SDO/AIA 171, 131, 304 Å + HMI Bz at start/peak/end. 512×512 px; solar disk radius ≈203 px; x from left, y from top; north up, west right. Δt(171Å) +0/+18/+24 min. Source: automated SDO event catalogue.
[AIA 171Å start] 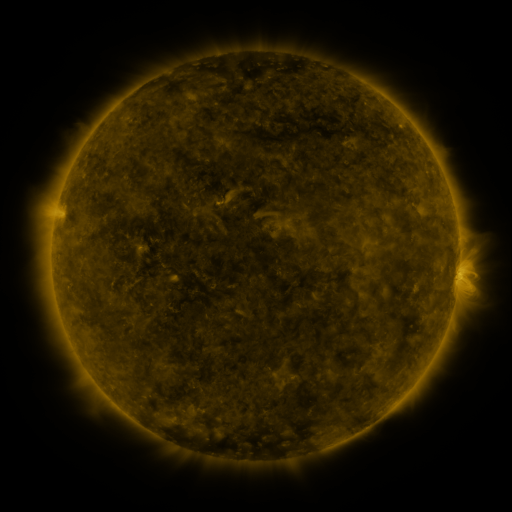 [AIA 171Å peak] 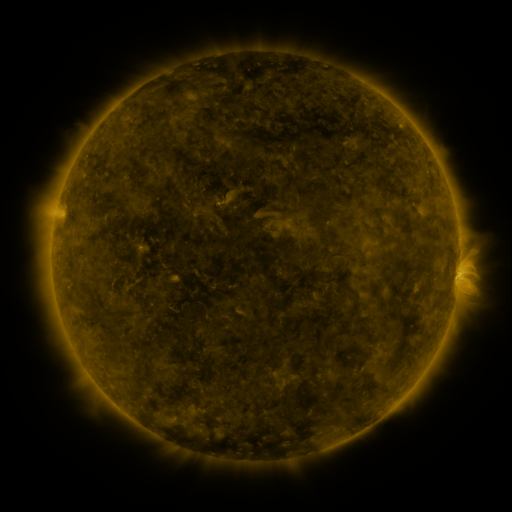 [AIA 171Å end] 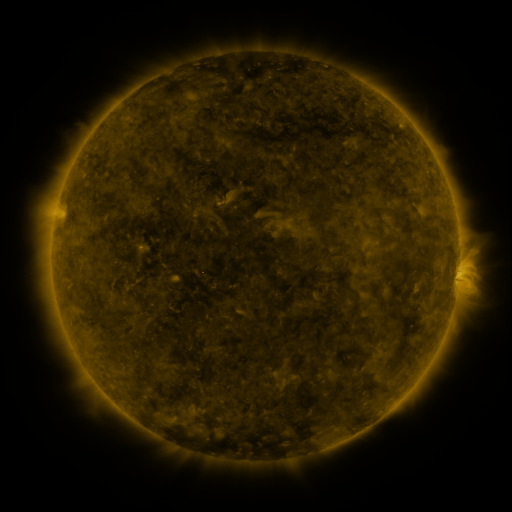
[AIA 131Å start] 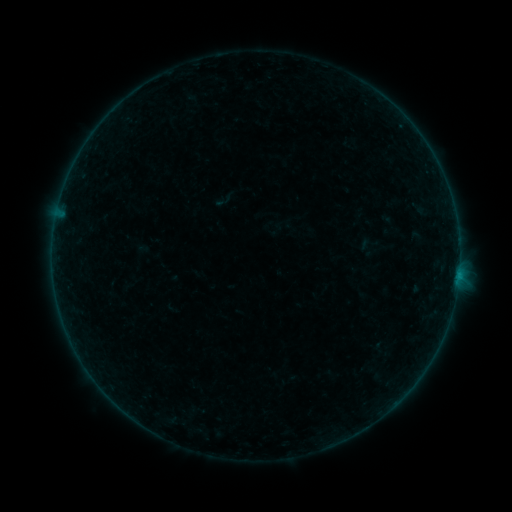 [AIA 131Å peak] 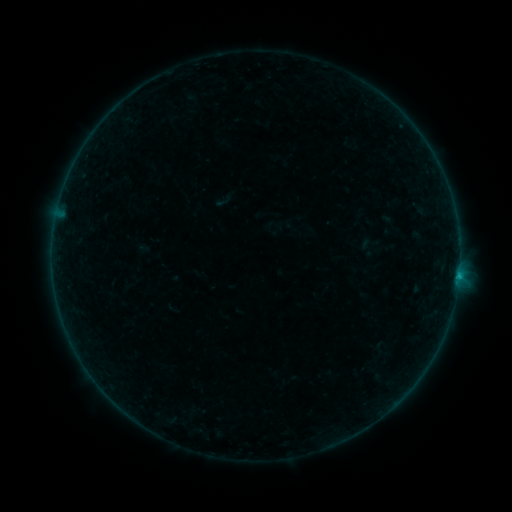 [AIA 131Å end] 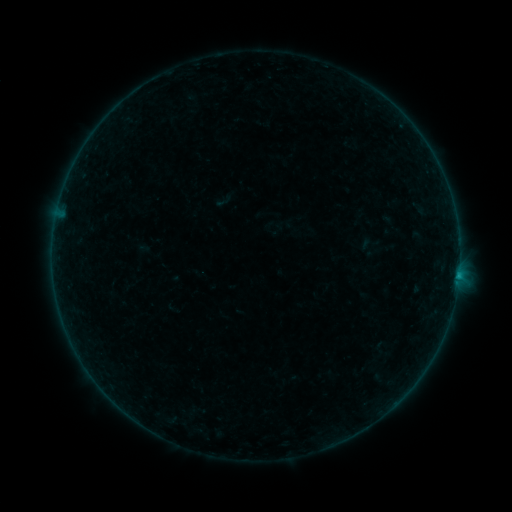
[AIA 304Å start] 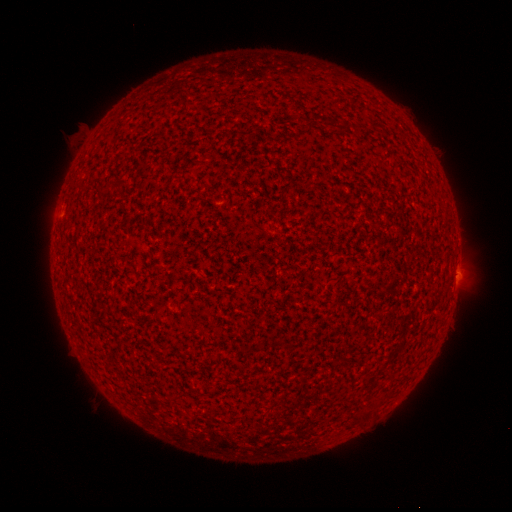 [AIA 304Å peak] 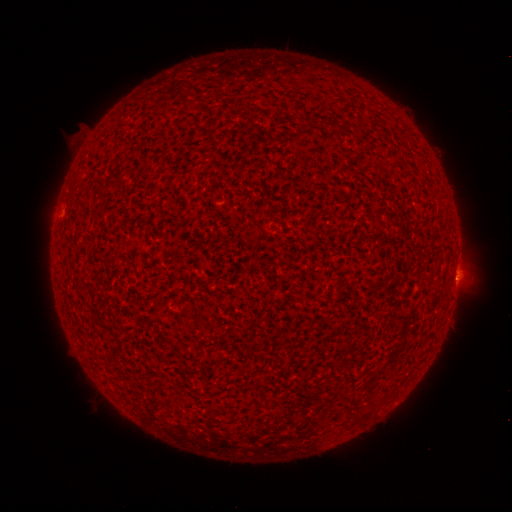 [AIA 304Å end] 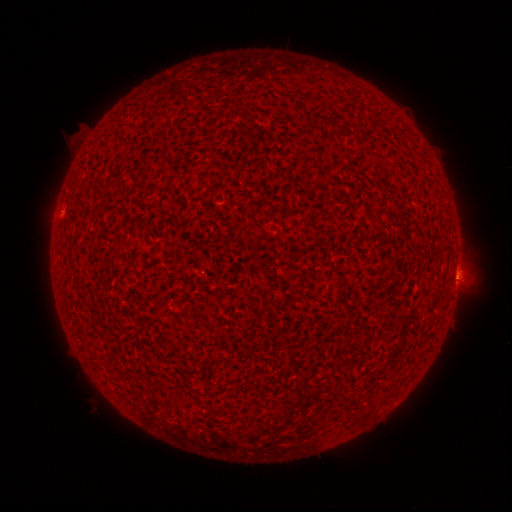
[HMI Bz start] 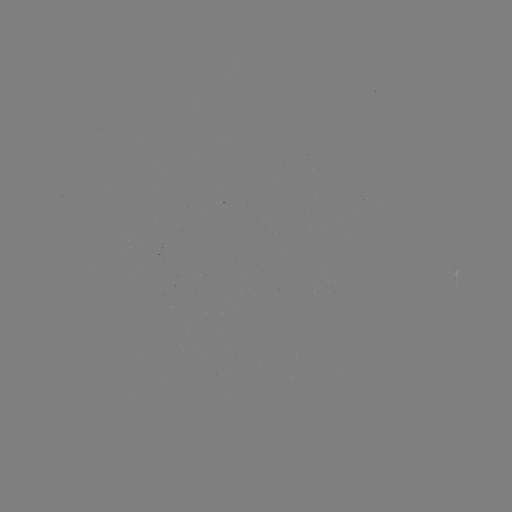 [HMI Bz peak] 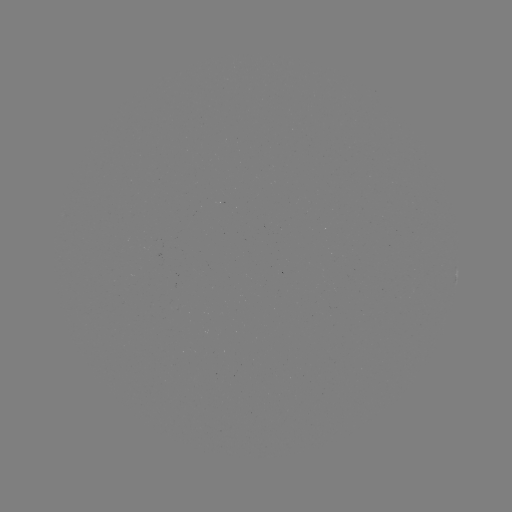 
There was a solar flare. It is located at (458, 273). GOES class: B2.4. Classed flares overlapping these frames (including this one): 3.